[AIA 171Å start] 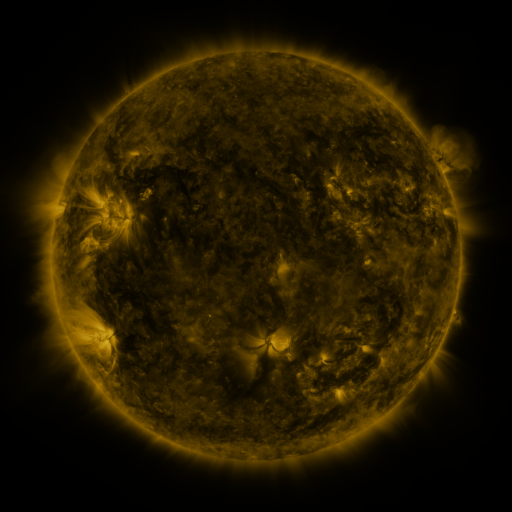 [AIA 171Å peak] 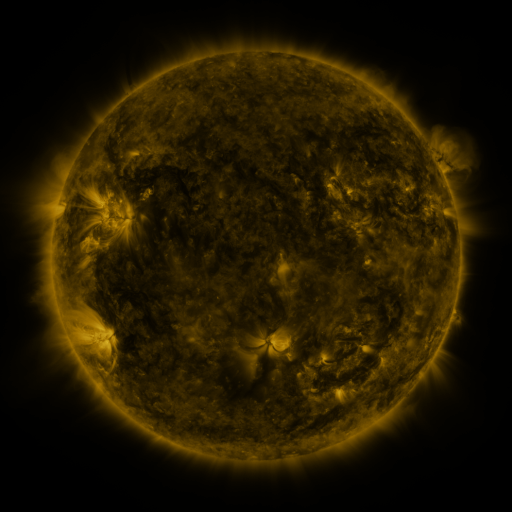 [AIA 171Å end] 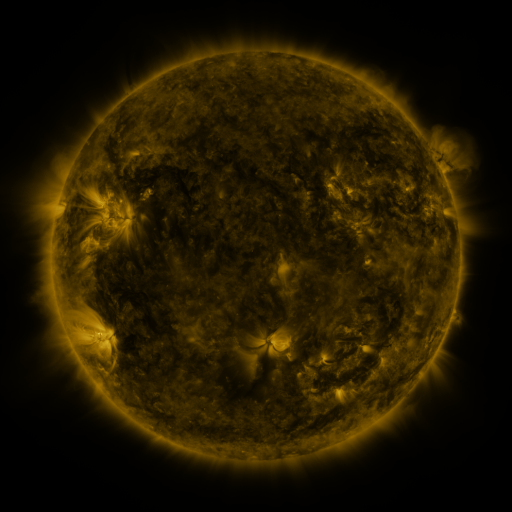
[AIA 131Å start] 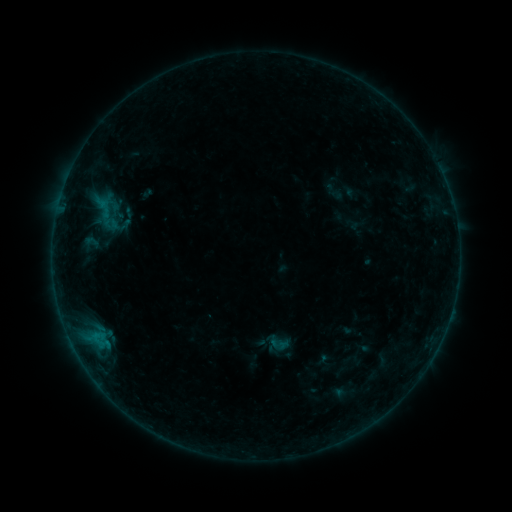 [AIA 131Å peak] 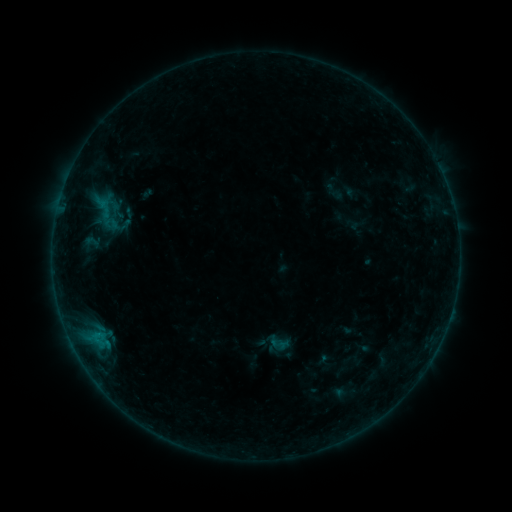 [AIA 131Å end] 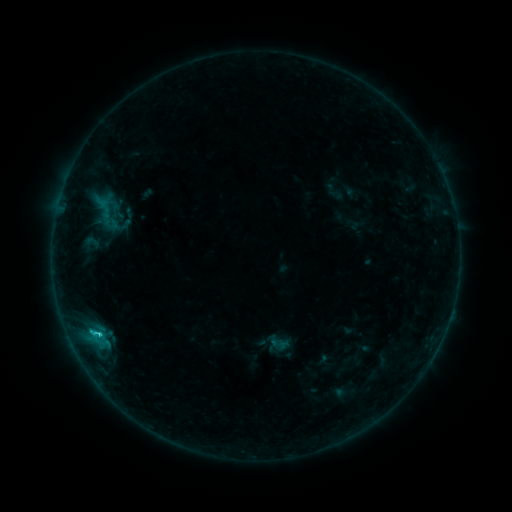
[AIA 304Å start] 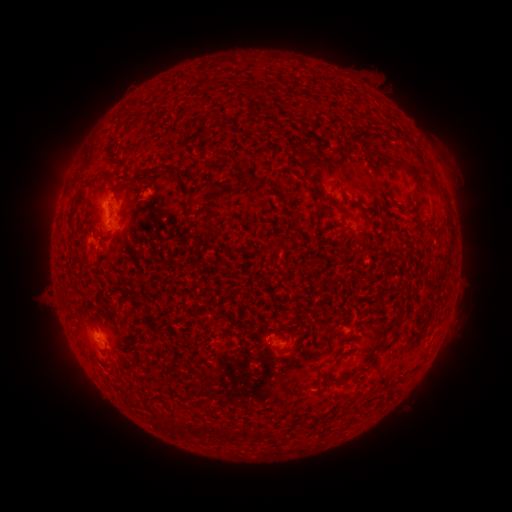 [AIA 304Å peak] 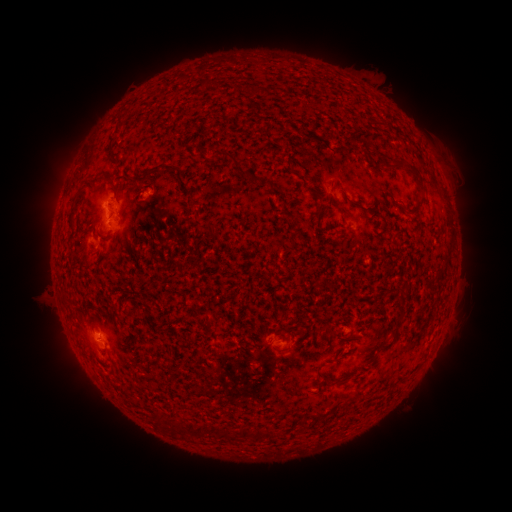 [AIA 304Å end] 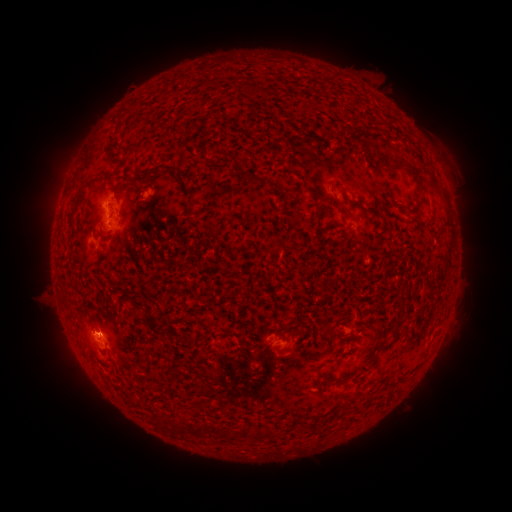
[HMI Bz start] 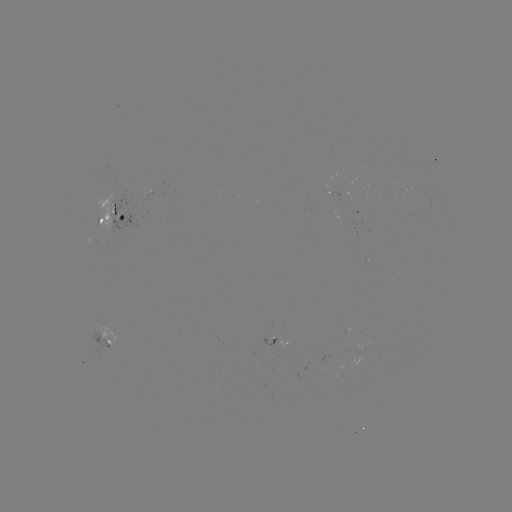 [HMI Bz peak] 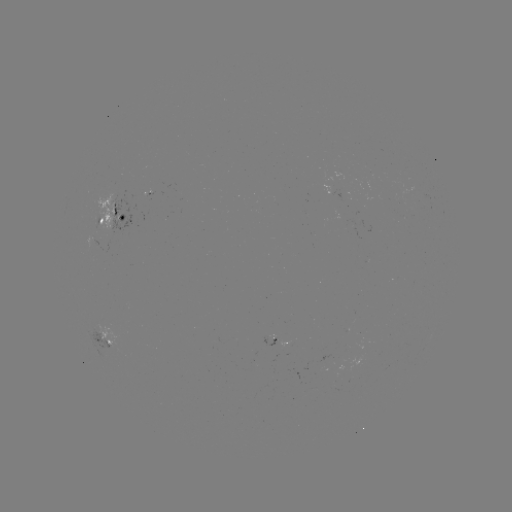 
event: flare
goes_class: C1.2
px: (99, 331)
